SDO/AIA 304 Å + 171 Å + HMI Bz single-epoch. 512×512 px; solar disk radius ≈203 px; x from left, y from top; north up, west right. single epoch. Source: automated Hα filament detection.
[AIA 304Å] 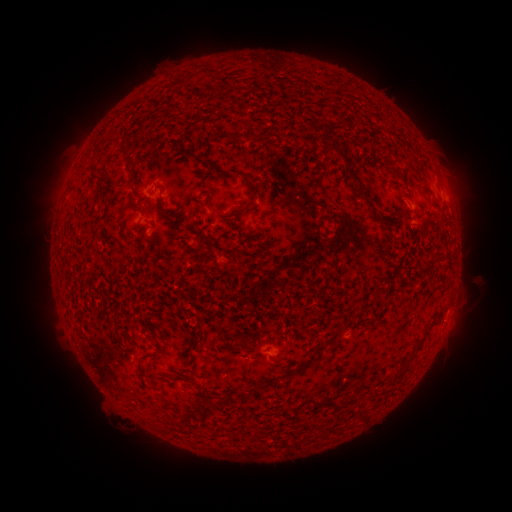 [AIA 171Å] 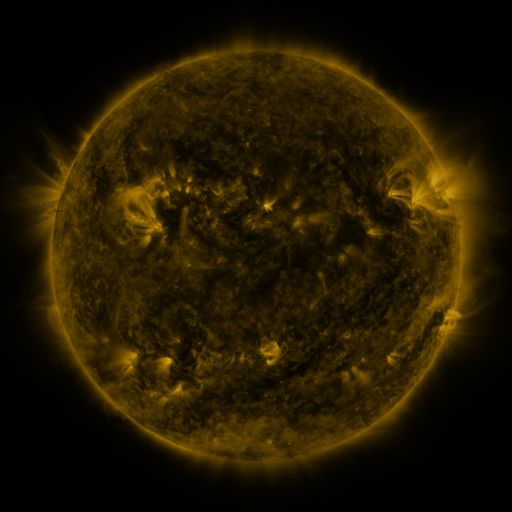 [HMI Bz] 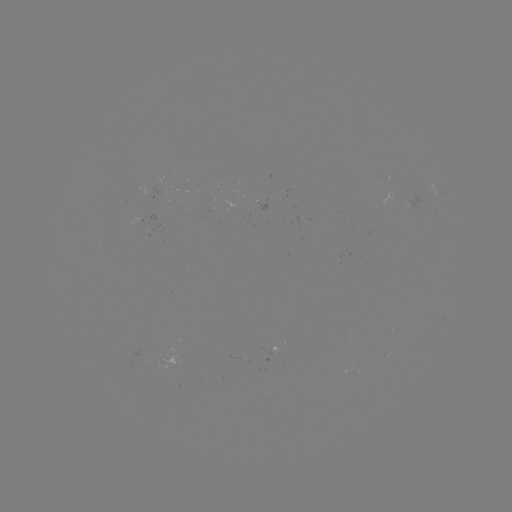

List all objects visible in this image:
filament: <bbox>256, 127, 273, 141</bbox>
filament: <bbox>231, 132, 245, 141</bbox>
filament: <bbox>119, 140, 130, 157</bbox>
filament: <bbox>325, 141, 371, 207</bbox>
filament: <bbox>227, 171, 242, 180</bbox>
filament: <bbox>127, 172, 136, 183</bbox>
filament: <bbox>245, 177, 259, 197</bbox>
filament: <bbox>204, 197, 211, 208</bbox>
filament: <bbox>161, 209, 172, 218</bbox>
filament: <bbox>231, 210, 244, 221</bbox>
filament: <bbox>315, 217, 322, 234</bbox>
filament: <bbox>185, 334, 205, 355</bbox>
filament: <bbox>319, 341, 328, 350</bbox>
filament: <bbox>282, 343, 288, 355</bbox>
filament: <bbox>390, 357, 412, 384</bbox>
filament: <bbox>137, 363, 144, 380</bbox>
filament: <bbox>175, 375, 187, 381</bbox>
filament: <bbox>204, 396, 214, 406</bbox>
filament: <bbox>171, 410, 189, 427</bbox>
filament: <bbox>357, 410, 367, 422</bbox>
